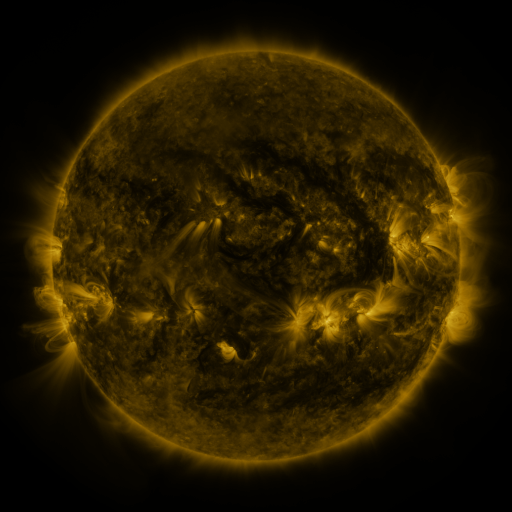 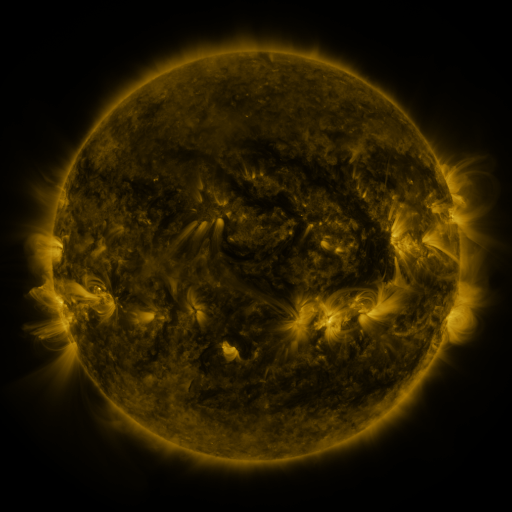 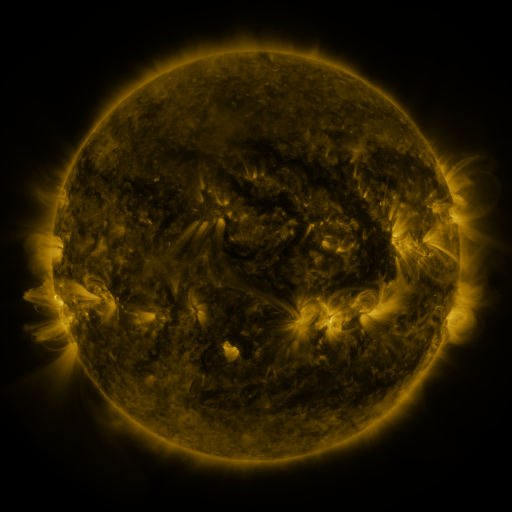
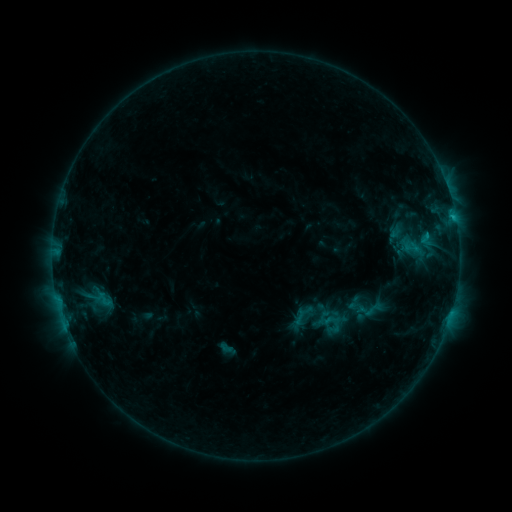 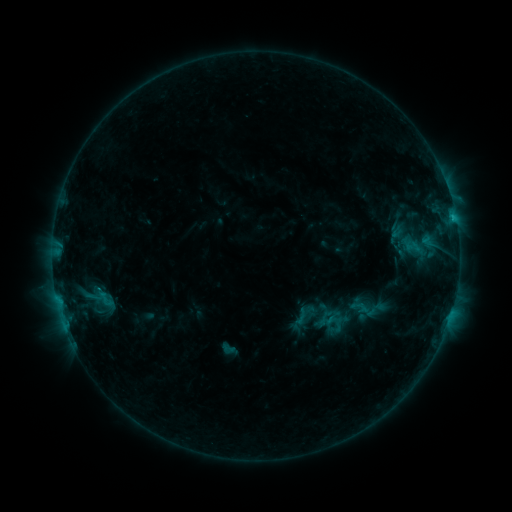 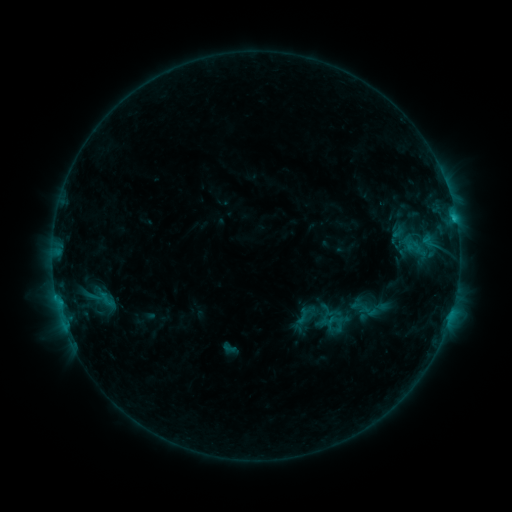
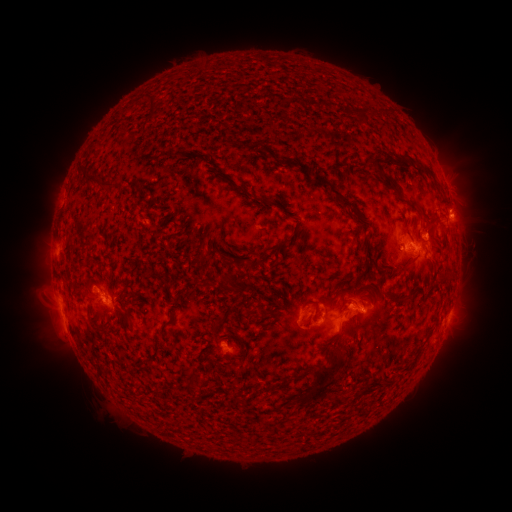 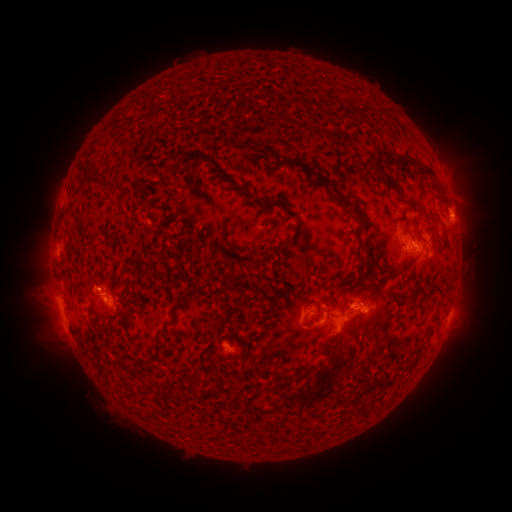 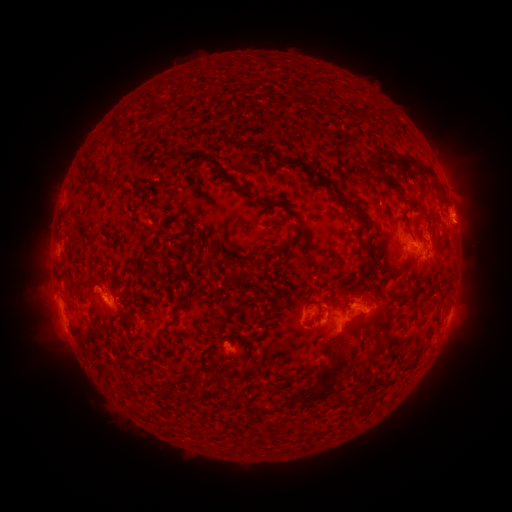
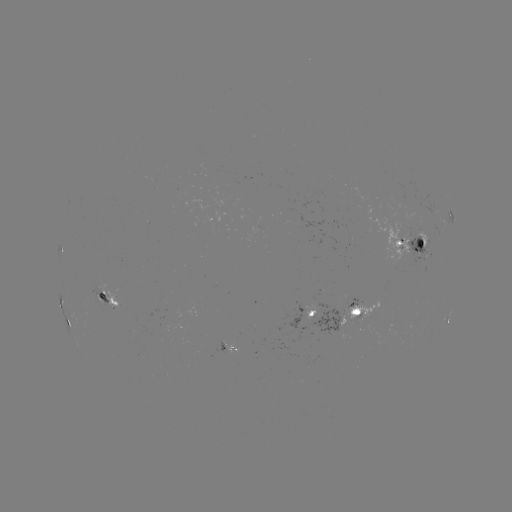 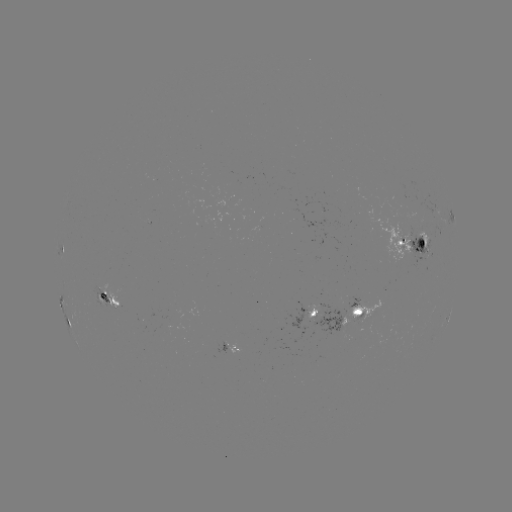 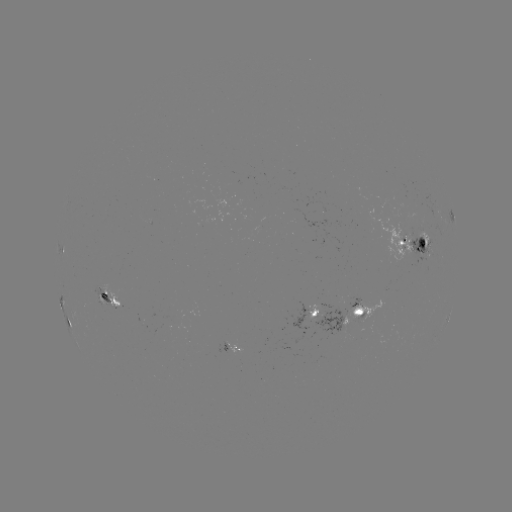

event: emerging-flux region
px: (337, 327)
